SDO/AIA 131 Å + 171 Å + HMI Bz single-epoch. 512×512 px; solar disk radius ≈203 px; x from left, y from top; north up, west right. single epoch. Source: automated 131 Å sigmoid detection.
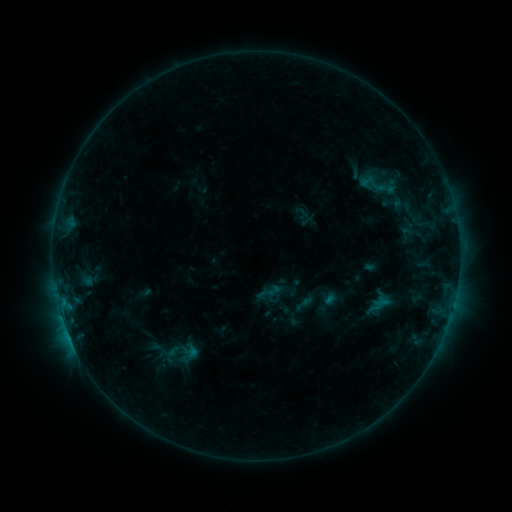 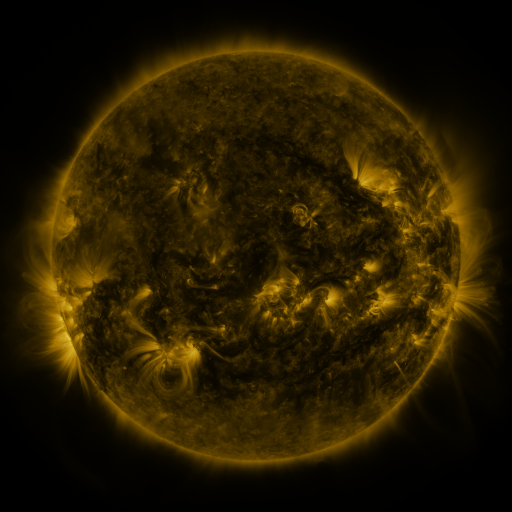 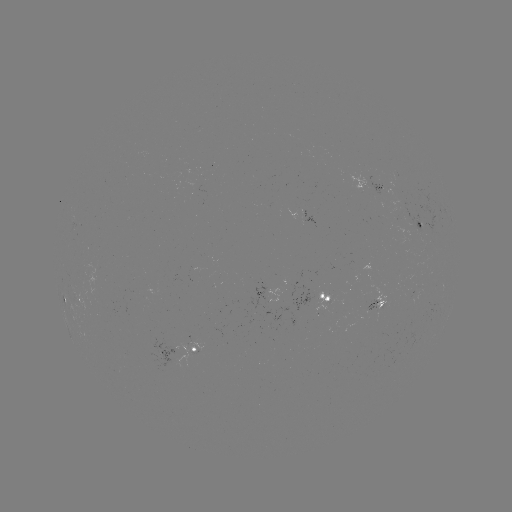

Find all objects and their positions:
sigmoid: (384, 182)
